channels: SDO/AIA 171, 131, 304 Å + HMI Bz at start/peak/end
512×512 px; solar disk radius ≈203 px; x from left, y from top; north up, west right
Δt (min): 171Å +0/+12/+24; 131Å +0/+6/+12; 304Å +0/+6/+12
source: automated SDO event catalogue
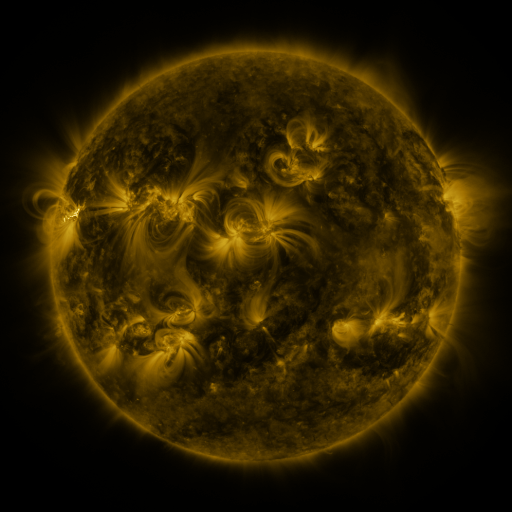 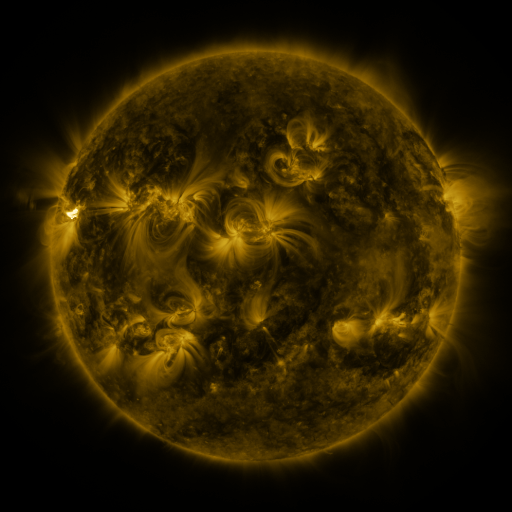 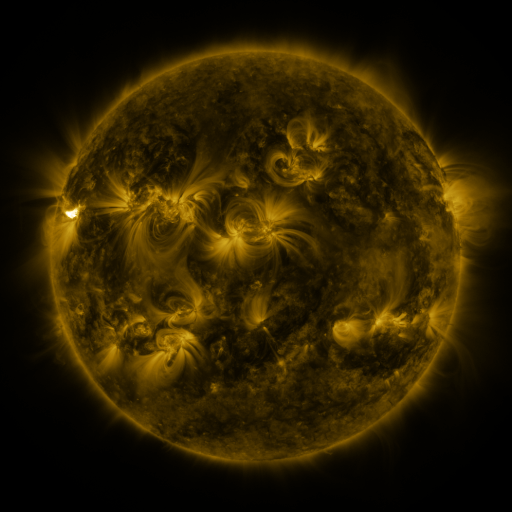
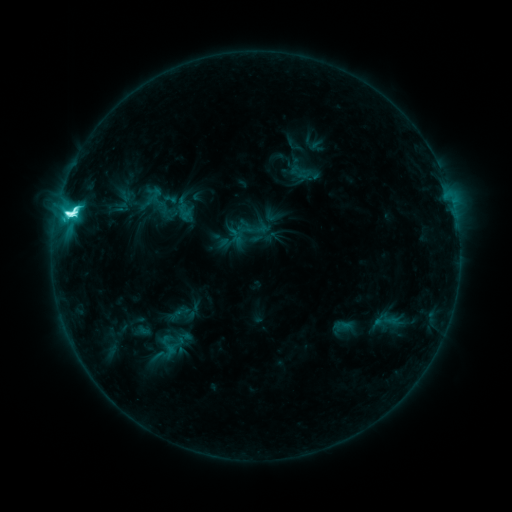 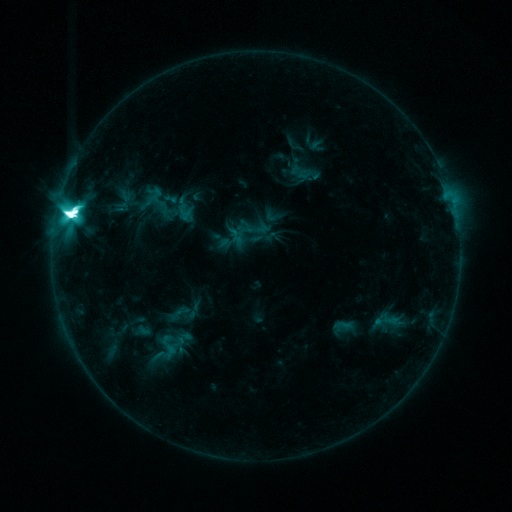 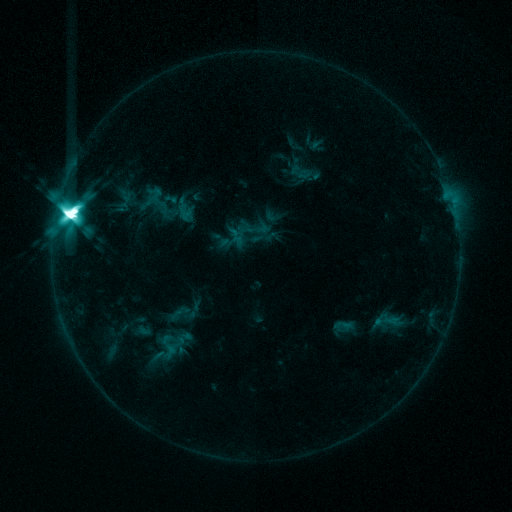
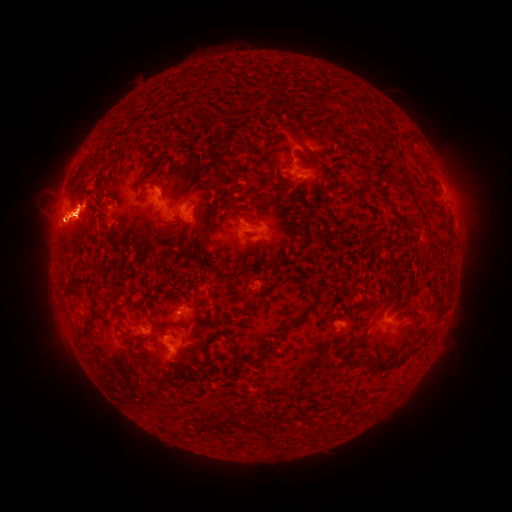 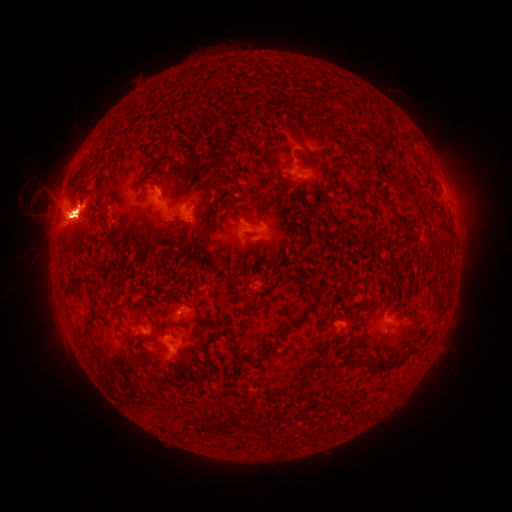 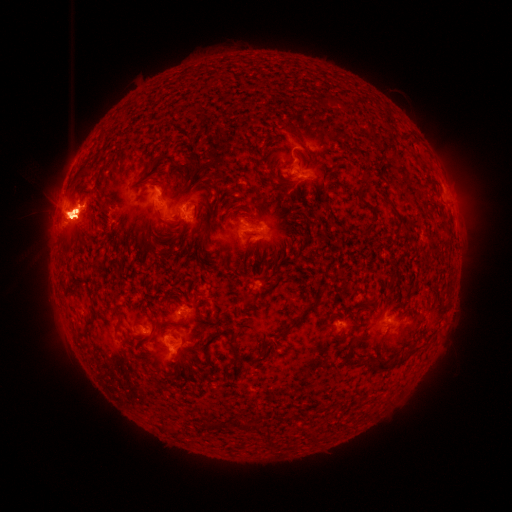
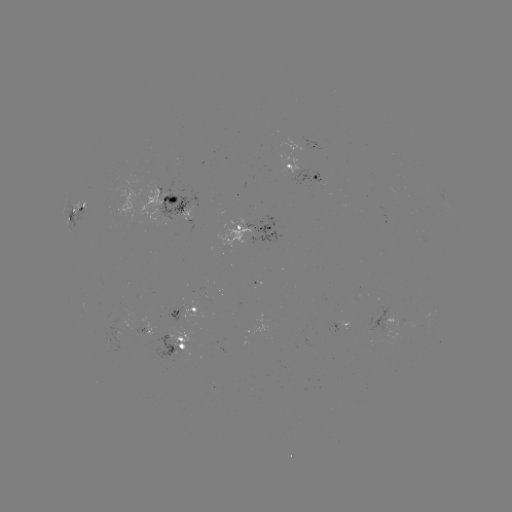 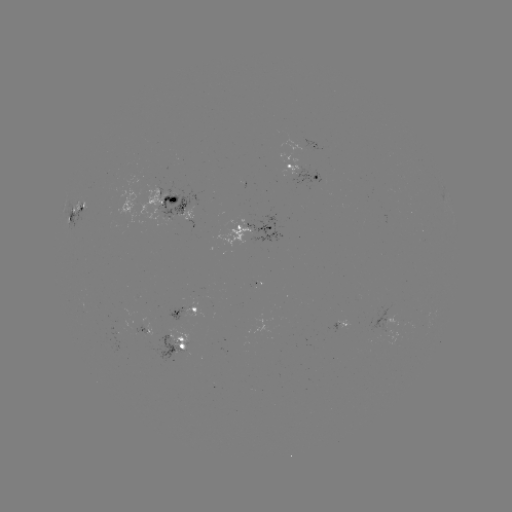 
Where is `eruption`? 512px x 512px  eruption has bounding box [60, 86, 139, 132].